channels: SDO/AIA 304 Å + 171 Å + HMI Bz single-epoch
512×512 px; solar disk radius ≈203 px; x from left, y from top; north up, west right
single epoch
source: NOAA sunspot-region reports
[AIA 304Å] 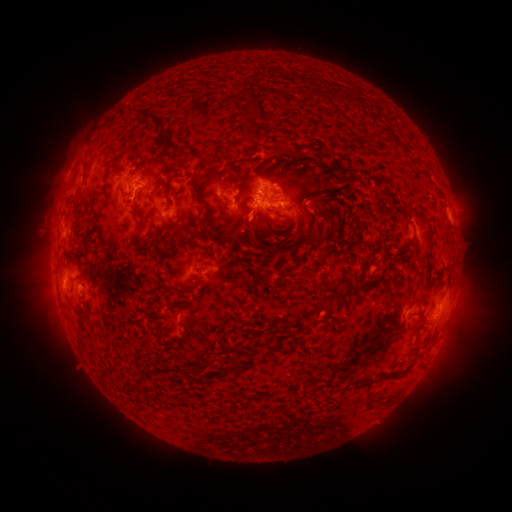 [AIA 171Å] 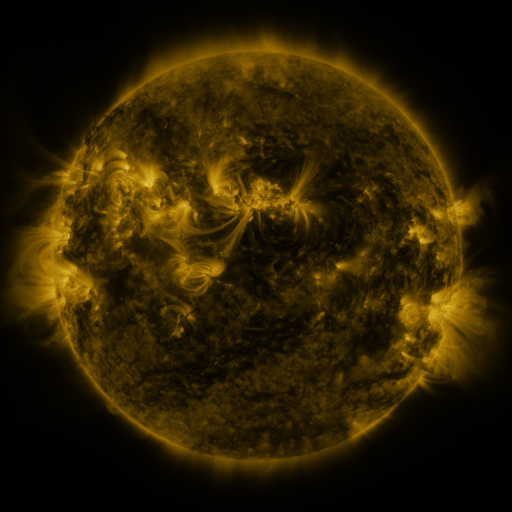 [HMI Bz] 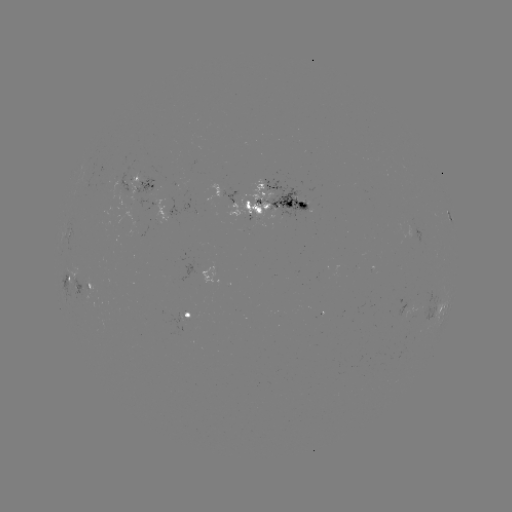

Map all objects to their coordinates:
spotted active region: (144, 184)
spotted active region: (273, 199)
spotted active region: (249, 202)
spotted active region: (171, 210)
spotted active region: (68, 230)
spotted active region: (213, 273)
spotted active region: (85, 285)
spotted active region: (70, 294)
spotted active region: (440, 308)
spotted active region: (190, 312)
